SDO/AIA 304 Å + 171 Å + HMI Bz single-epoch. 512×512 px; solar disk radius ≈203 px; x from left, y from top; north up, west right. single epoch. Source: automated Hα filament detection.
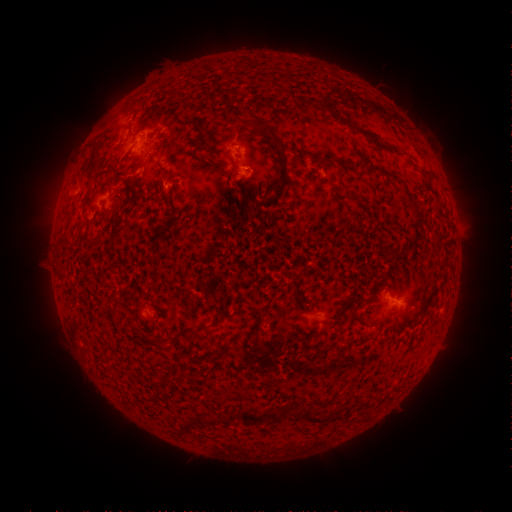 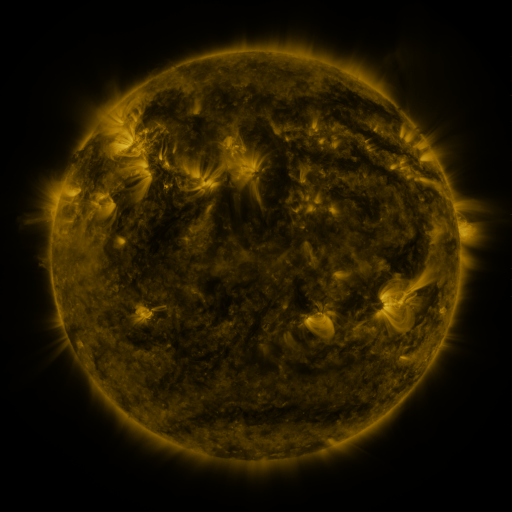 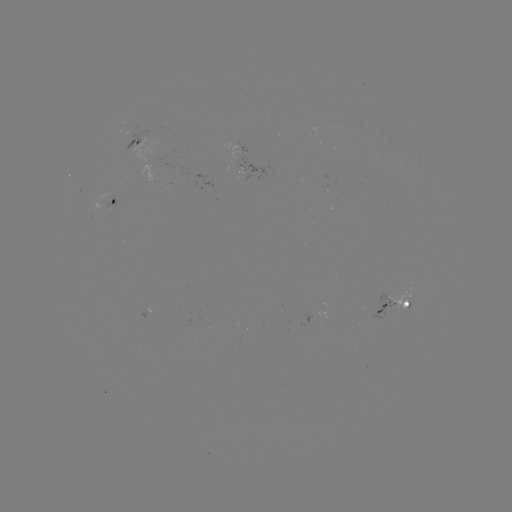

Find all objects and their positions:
filament: [188, 118, 198, 125]
filament: [252, 119, 267, 130]
filament: [148, 338, 158, 347]
filament: [302, 412, 312, 422]
